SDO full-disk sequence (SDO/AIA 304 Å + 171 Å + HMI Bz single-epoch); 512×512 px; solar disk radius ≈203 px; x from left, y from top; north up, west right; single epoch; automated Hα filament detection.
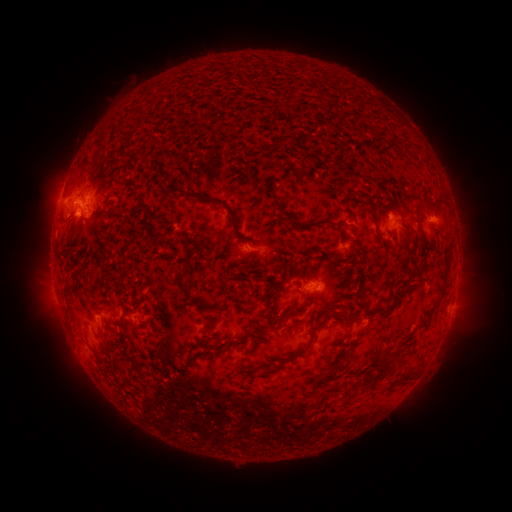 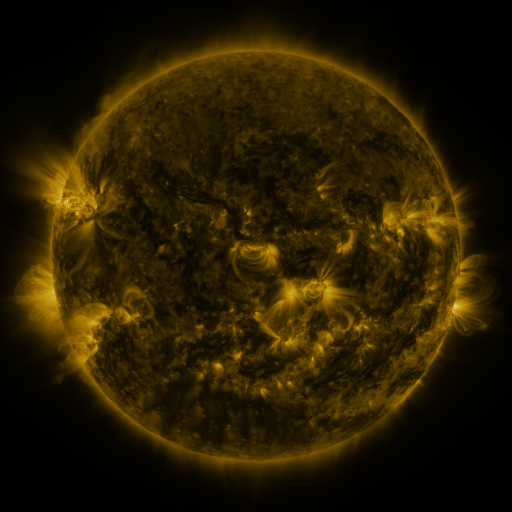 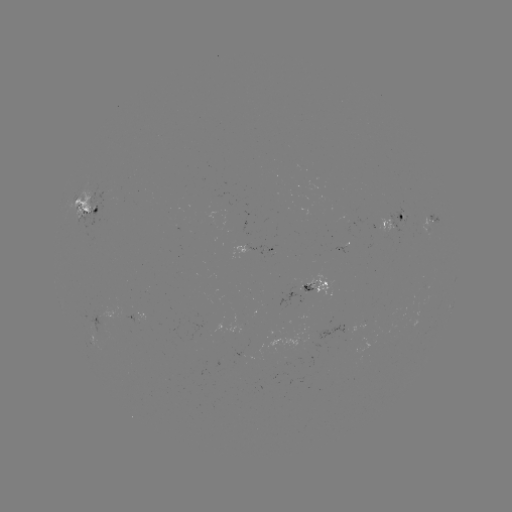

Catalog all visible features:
filament: [398, 135, 409, 149]
filament: [265, 144, 272, 153]
filament: [164, 184, 220, 206]
filament: [417, 198, 424, 207]
filament: [277, 203, 285, 215]
filament: [225, 206, 236, 228]
filament: [434, 250, 451, 303]
filament: [174, 270, 195, 302]
filament: [61, 295, 73, 310]
filament: [307, 318, 327, 348]
filament: [361, 347, 400, 384]
filament: [322, 357, 341, 378]
filament: [259, 362, 274, 370]
